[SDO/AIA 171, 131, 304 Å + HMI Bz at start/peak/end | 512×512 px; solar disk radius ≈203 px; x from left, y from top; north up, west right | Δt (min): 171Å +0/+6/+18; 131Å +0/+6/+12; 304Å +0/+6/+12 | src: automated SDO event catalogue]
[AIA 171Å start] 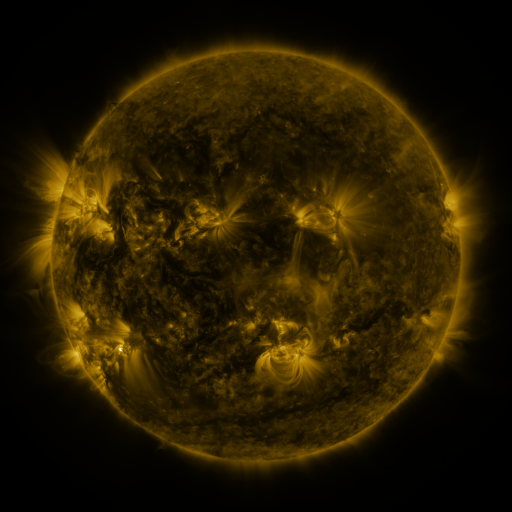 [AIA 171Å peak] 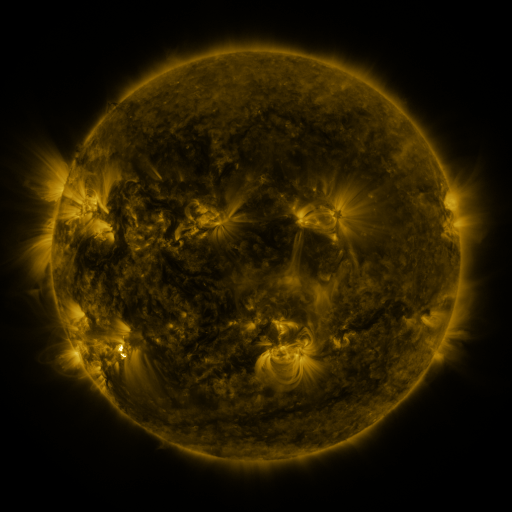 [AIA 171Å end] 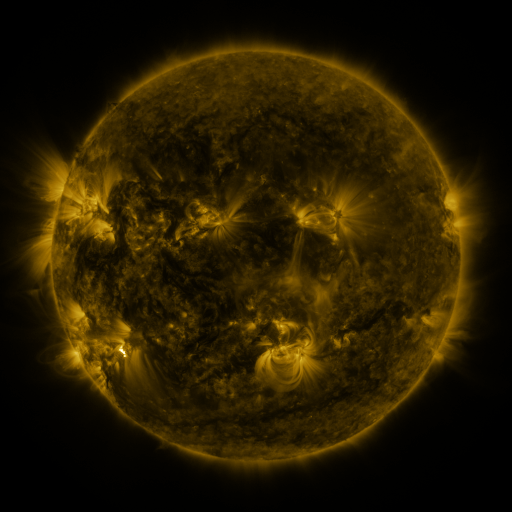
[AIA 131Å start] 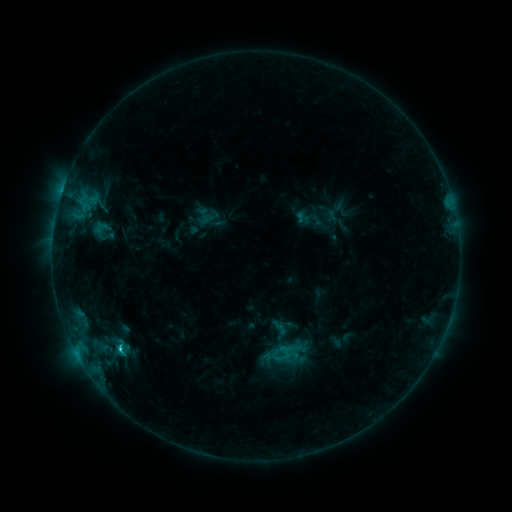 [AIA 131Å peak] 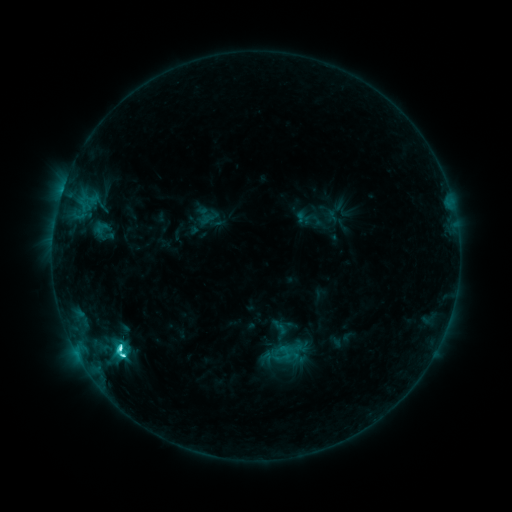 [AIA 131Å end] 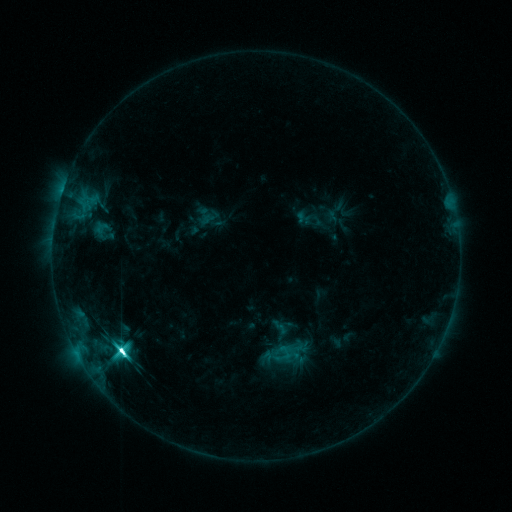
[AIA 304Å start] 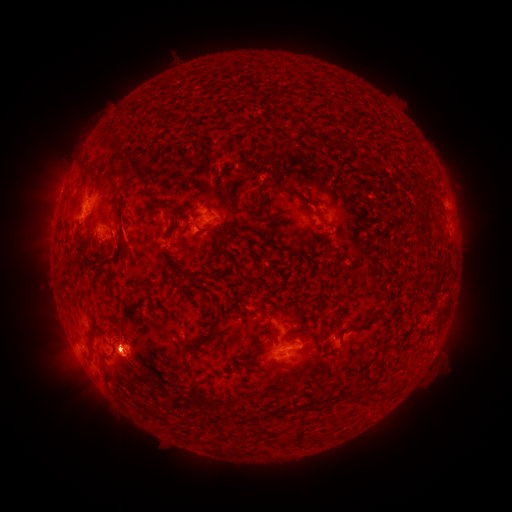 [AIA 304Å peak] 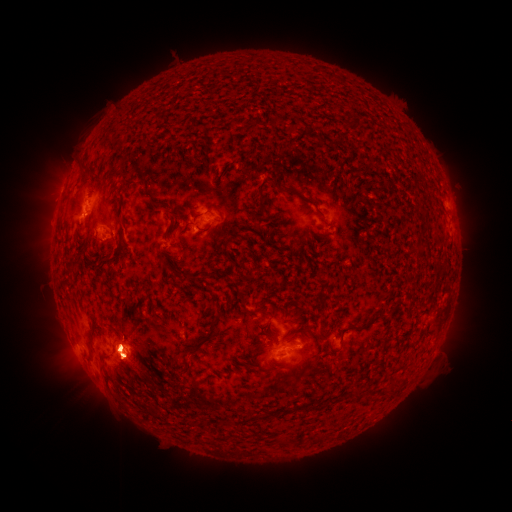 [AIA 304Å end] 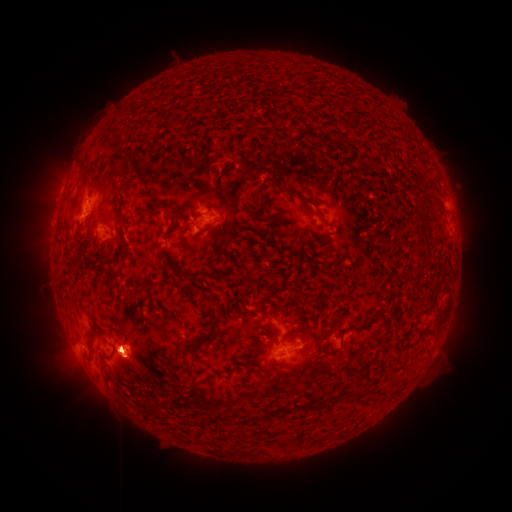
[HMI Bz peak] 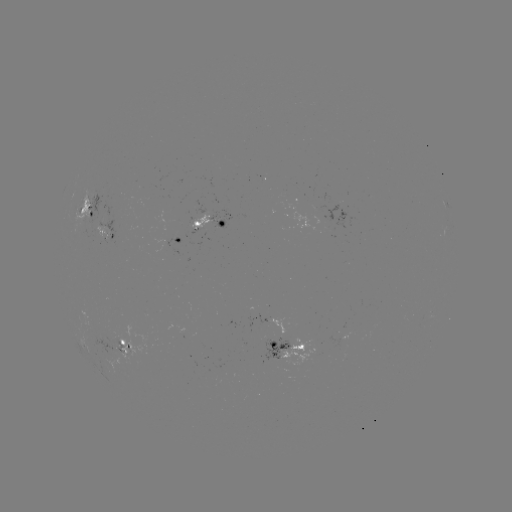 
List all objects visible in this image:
eruption: (49, 331)
